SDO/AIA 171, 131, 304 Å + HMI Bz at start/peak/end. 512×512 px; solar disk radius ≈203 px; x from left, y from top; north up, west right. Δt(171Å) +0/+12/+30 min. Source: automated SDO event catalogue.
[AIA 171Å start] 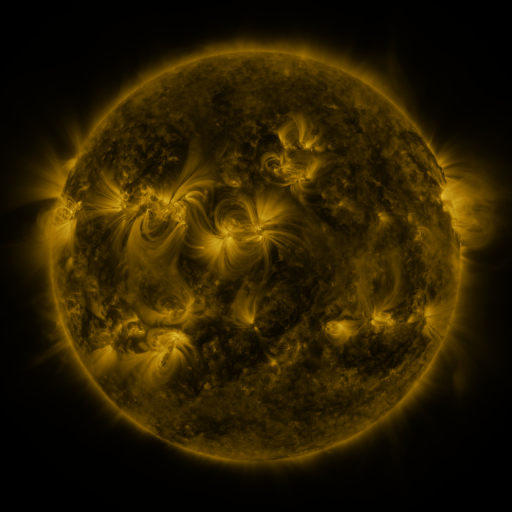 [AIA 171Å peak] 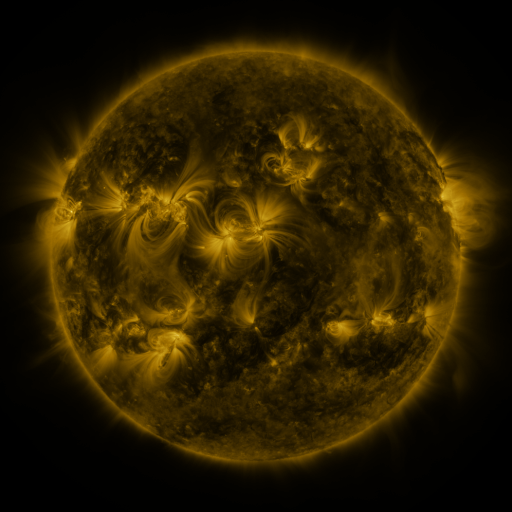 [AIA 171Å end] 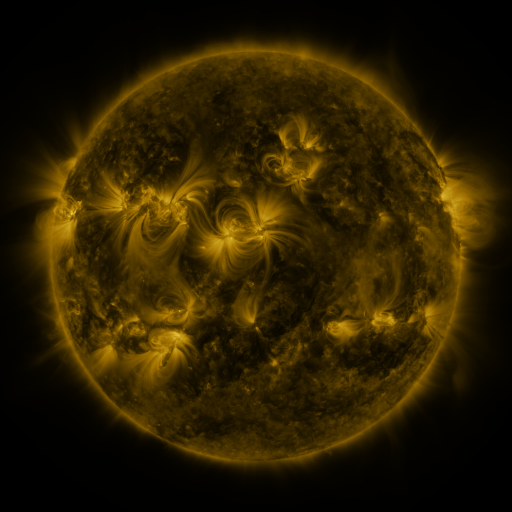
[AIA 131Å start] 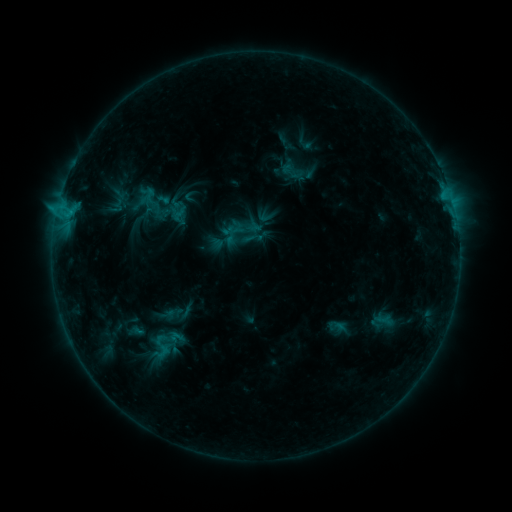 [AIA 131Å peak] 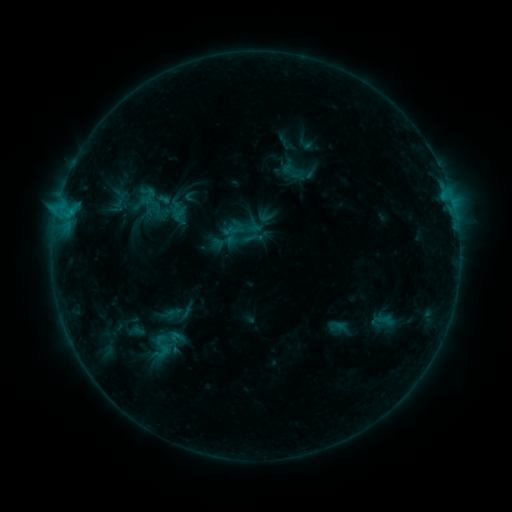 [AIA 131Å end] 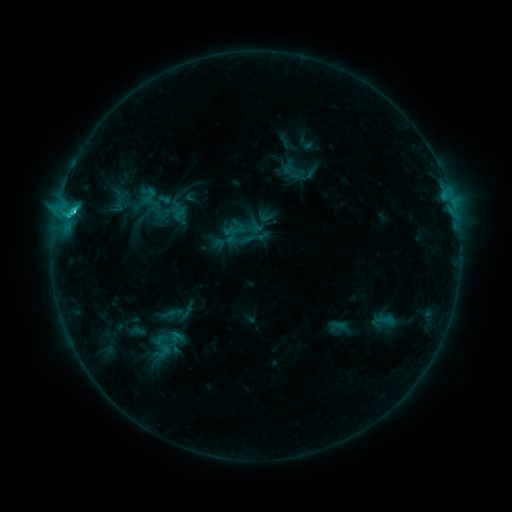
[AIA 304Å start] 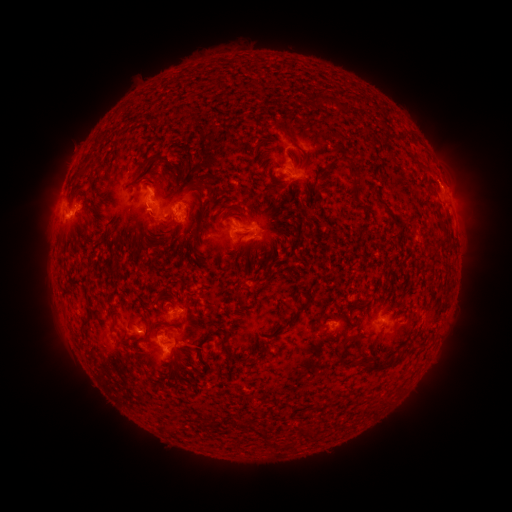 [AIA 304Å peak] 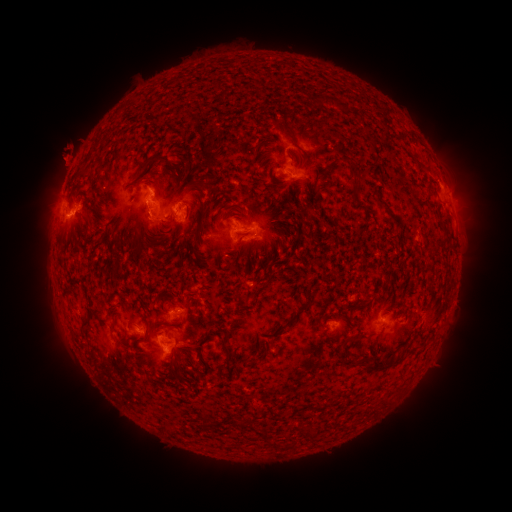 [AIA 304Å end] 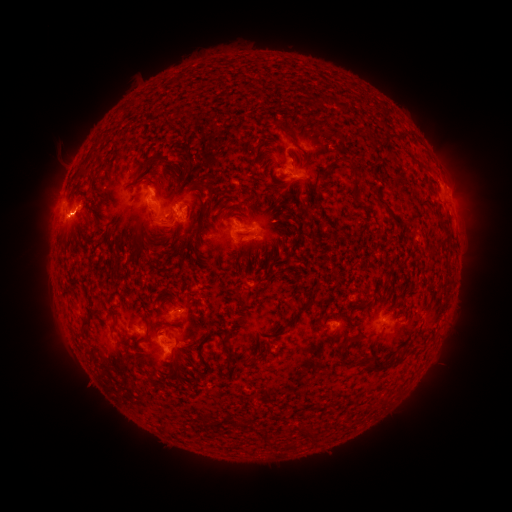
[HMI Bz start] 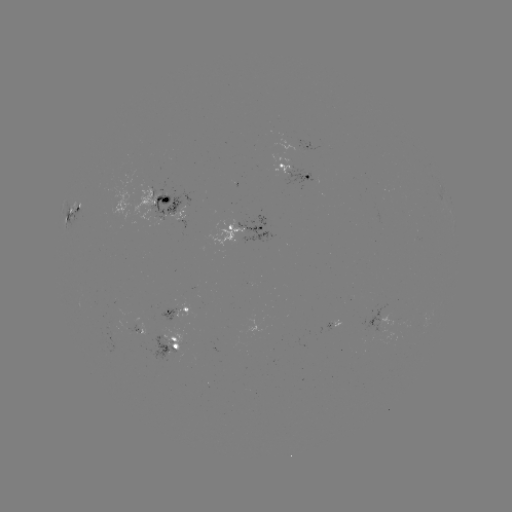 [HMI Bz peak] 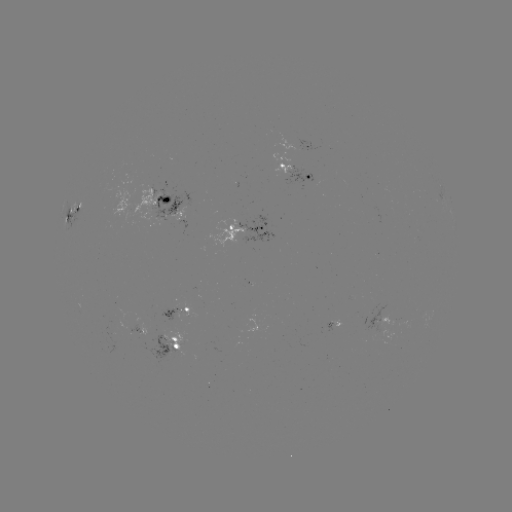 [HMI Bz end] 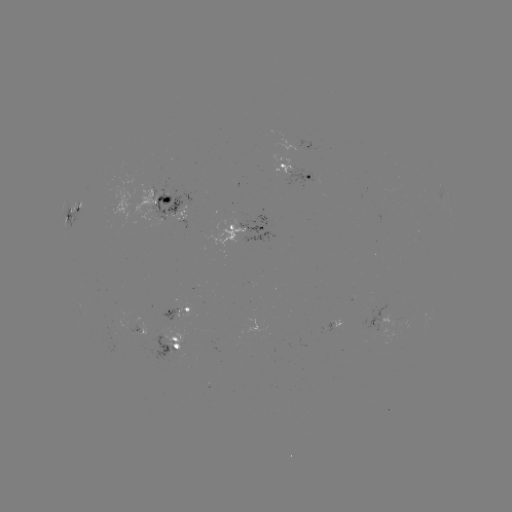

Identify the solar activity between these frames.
eruption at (69, 150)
